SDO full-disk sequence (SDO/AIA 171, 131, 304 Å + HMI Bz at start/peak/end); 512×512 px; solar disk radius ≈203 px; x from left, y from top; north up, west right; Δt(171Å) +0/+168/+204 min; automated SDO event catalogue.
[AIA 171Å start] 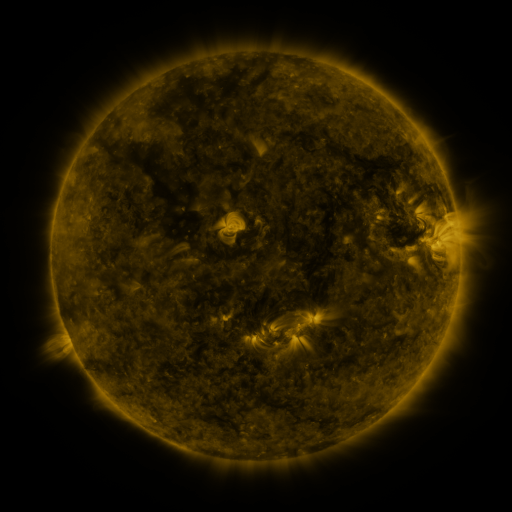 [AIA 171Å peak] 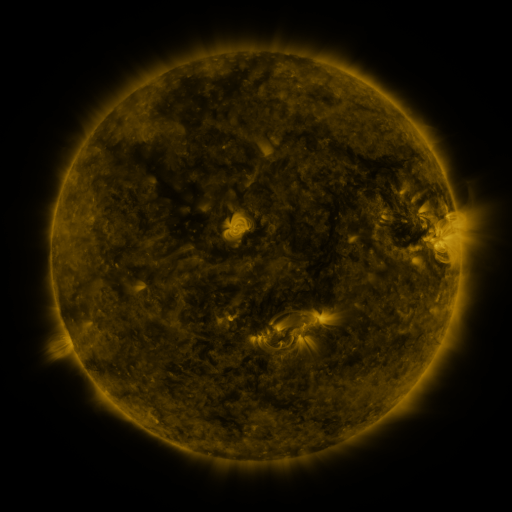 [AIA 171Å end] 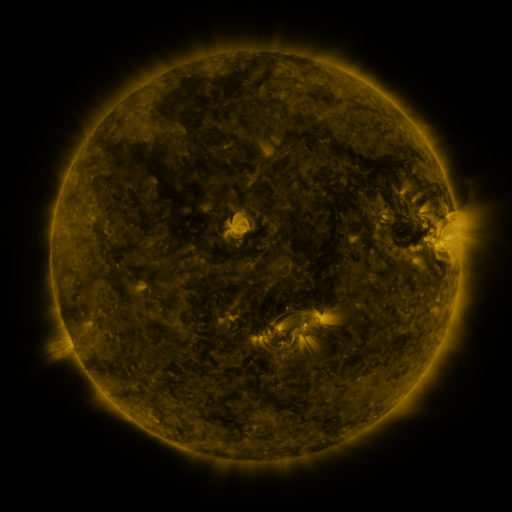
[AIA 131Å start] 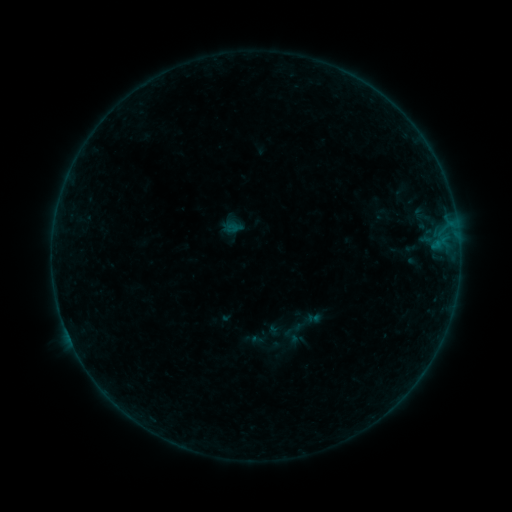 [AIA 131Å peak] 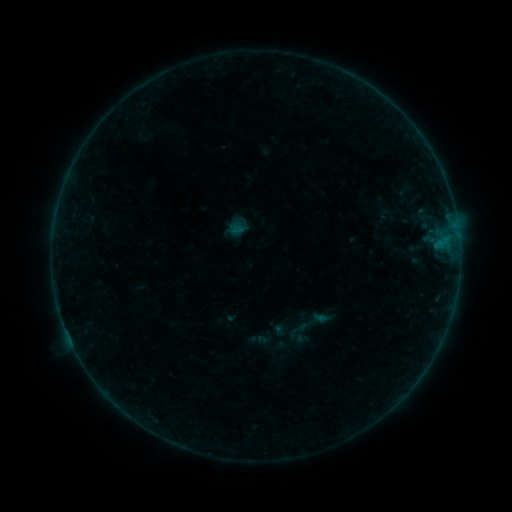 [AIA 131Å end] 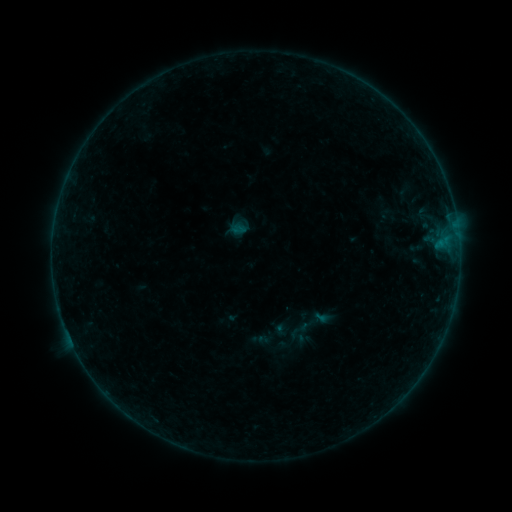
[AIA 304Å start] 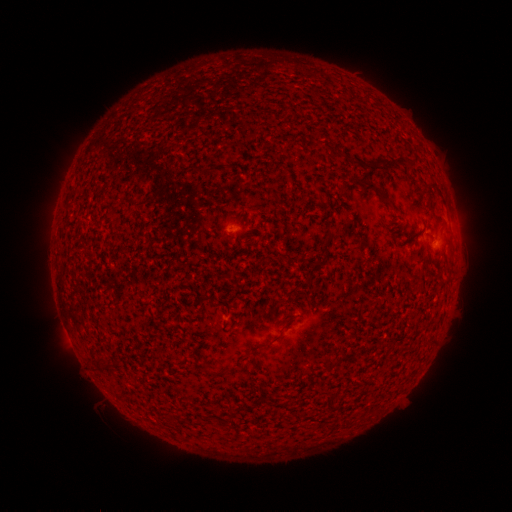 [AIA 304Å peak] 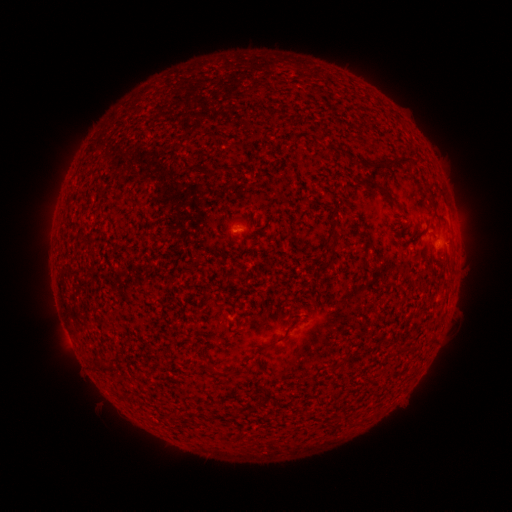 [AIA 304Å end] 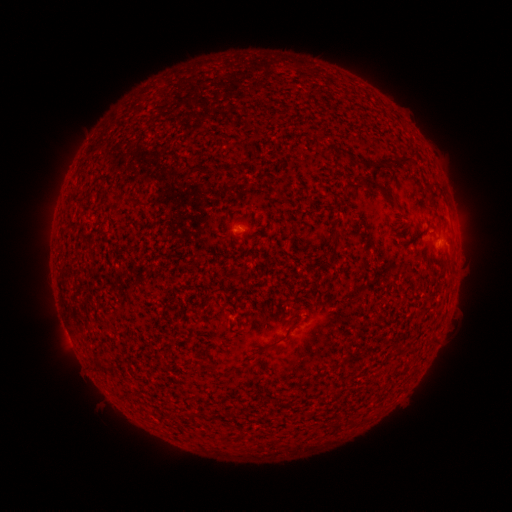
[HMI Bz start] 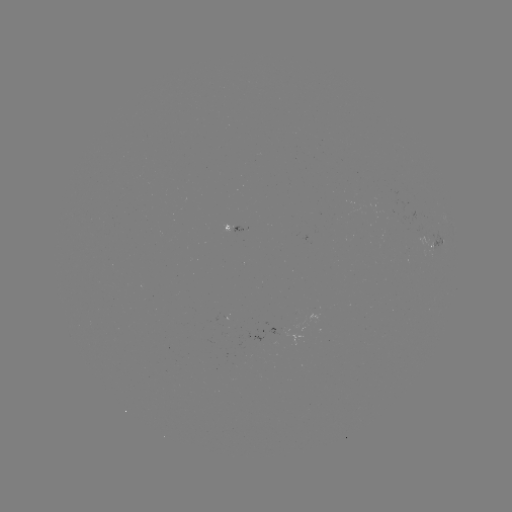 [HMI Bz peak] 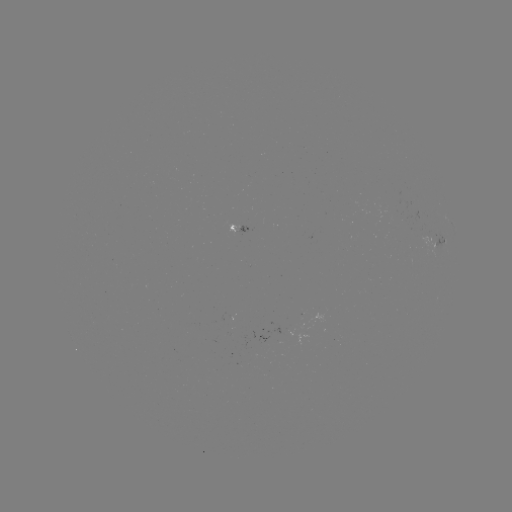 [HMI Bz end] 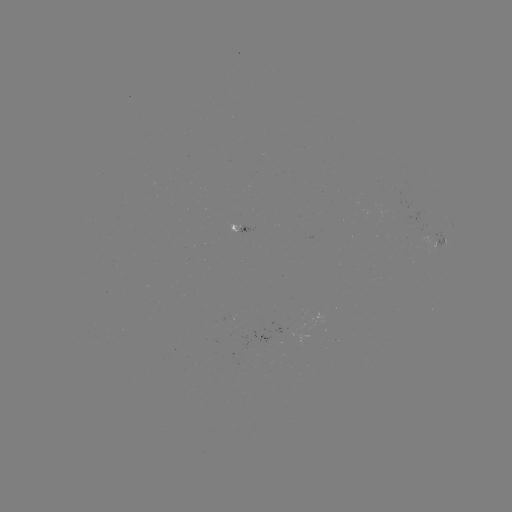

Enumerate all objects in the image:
emerging-flux region: (236, 232)
